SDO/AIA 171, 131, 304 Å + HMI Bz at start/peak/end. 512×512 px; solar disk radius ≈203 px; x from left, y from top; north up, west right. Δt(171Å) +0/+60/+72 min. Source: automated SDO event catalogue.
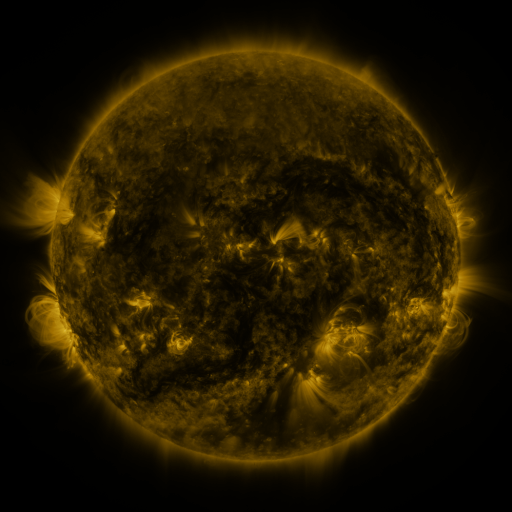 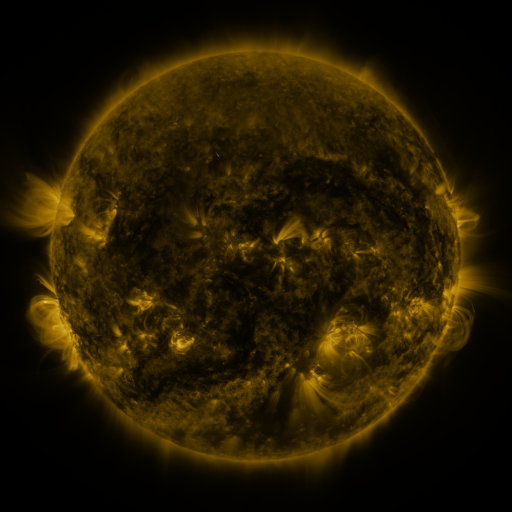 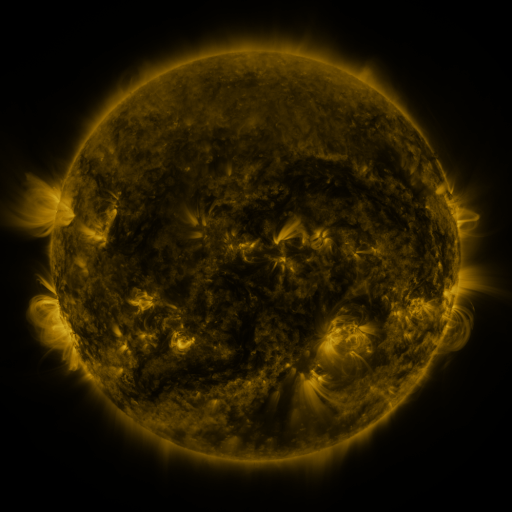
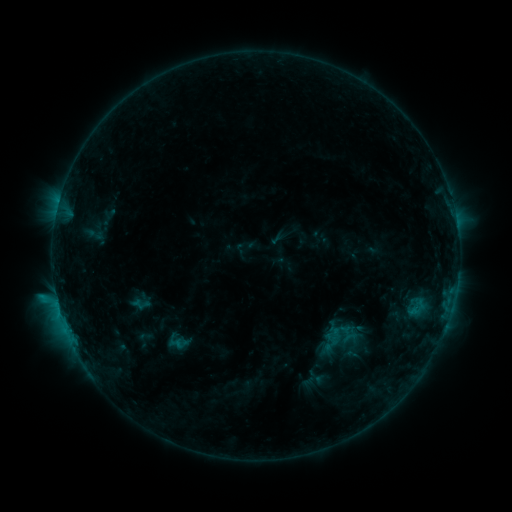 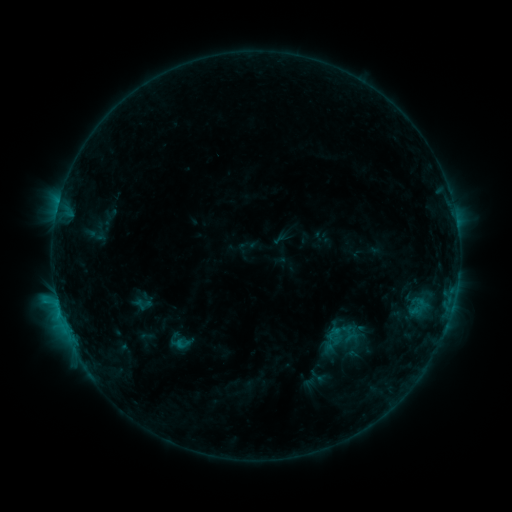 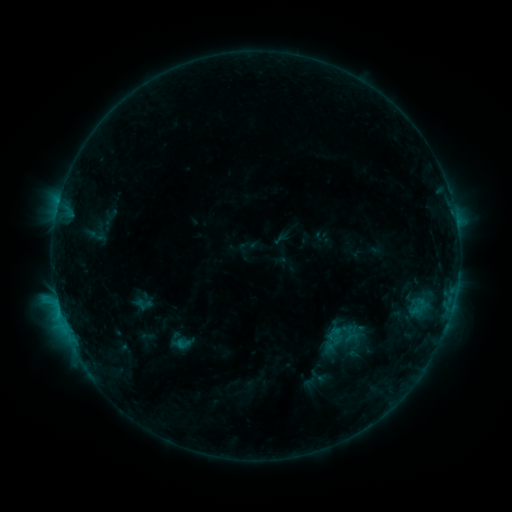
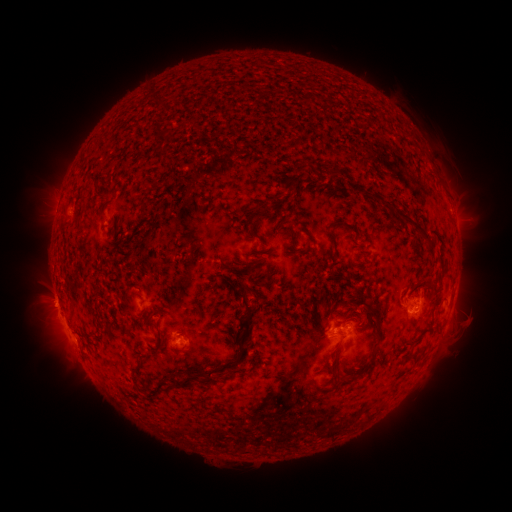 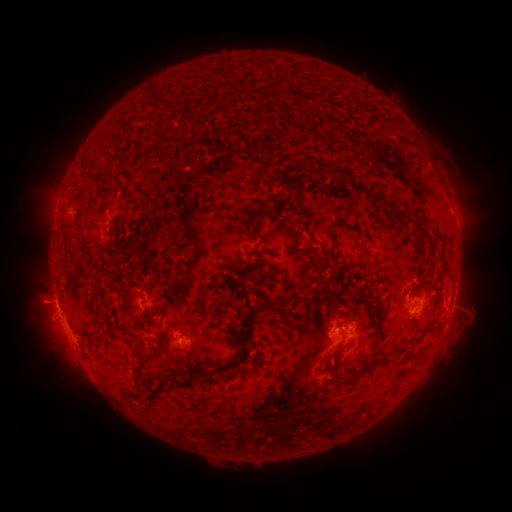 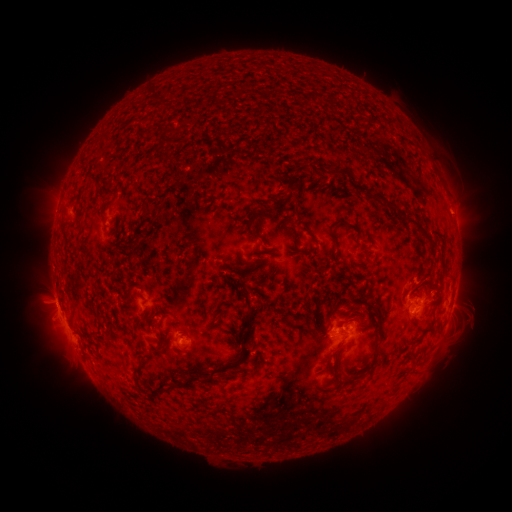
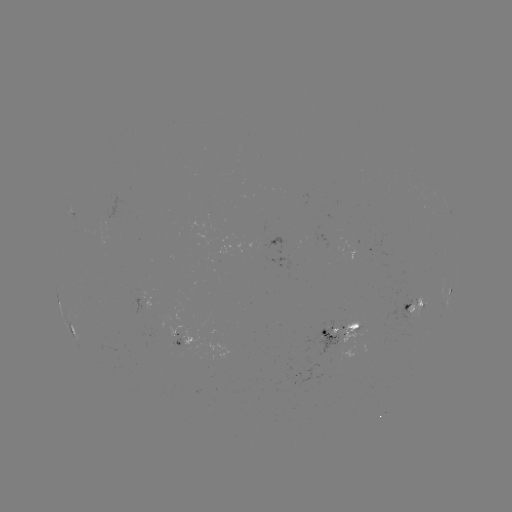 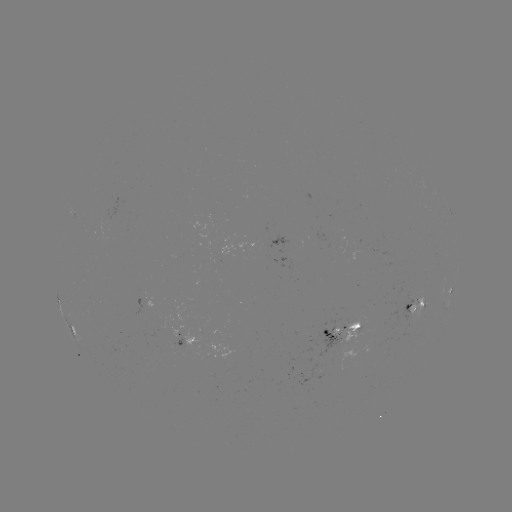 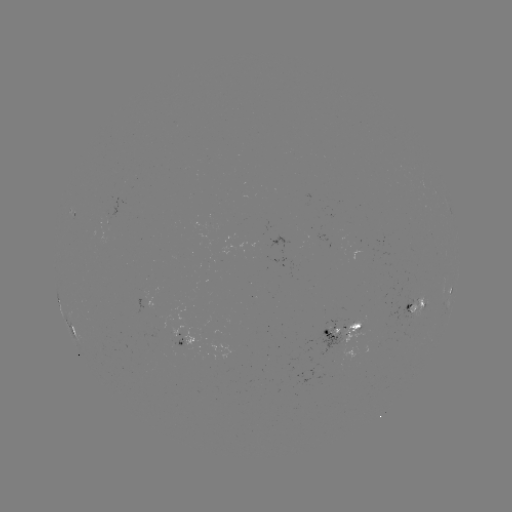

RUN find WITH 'emerging-flux region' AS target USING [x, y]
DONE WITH [347, 323] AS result